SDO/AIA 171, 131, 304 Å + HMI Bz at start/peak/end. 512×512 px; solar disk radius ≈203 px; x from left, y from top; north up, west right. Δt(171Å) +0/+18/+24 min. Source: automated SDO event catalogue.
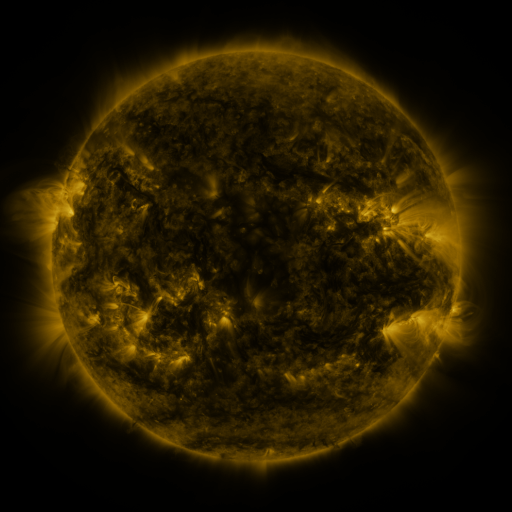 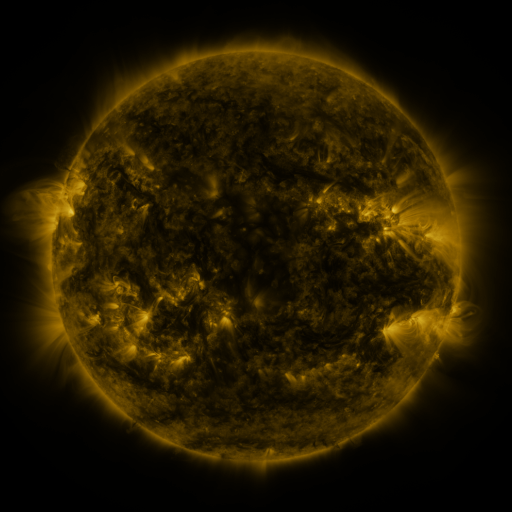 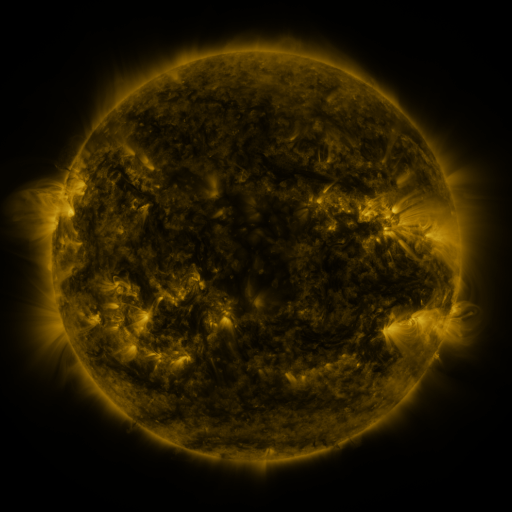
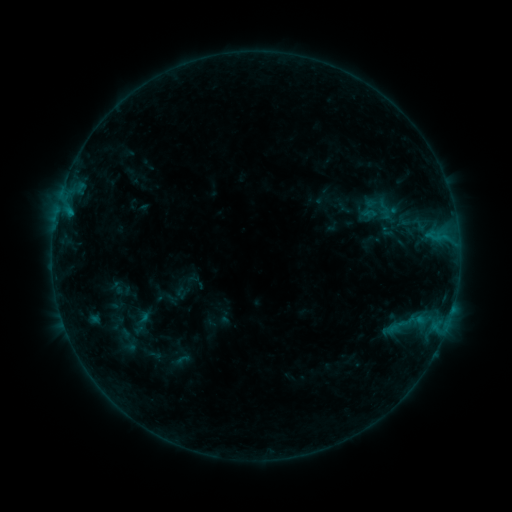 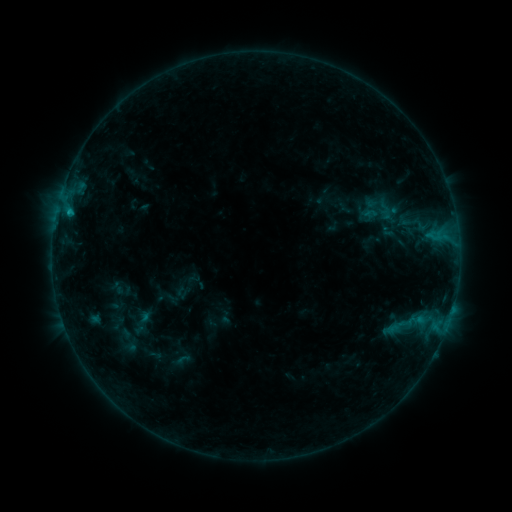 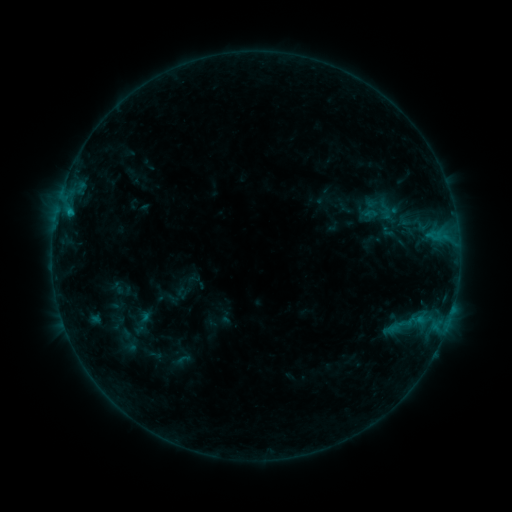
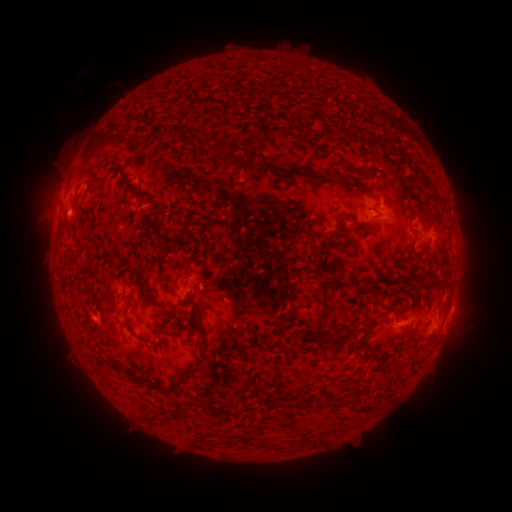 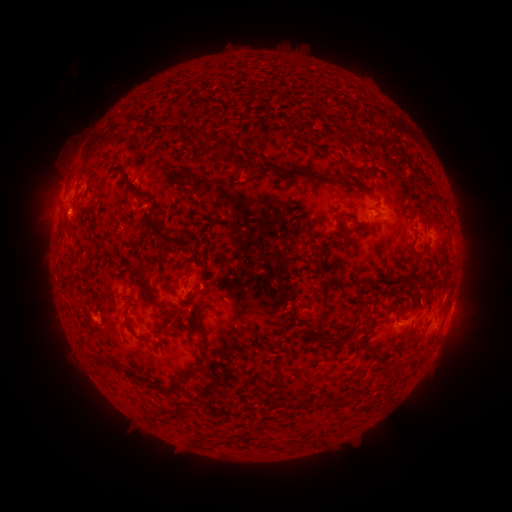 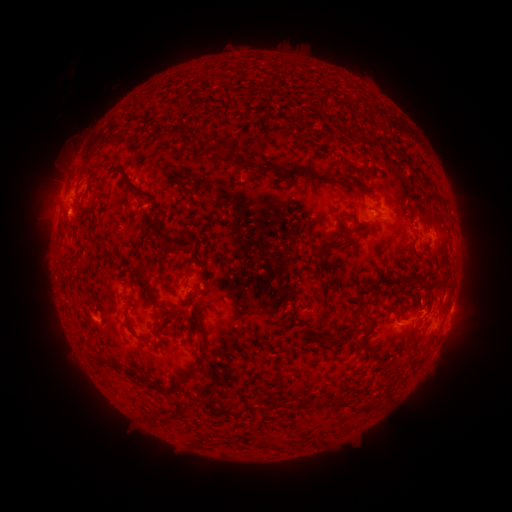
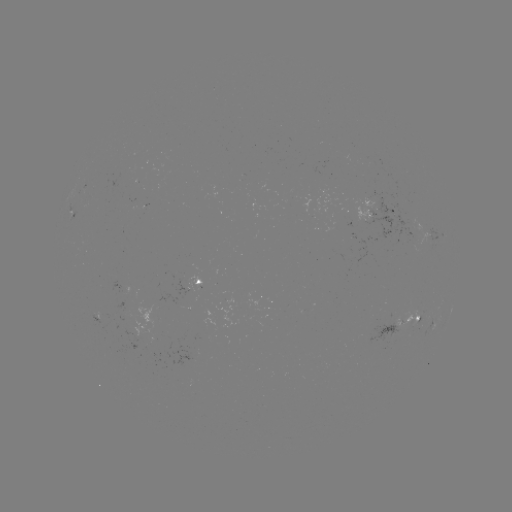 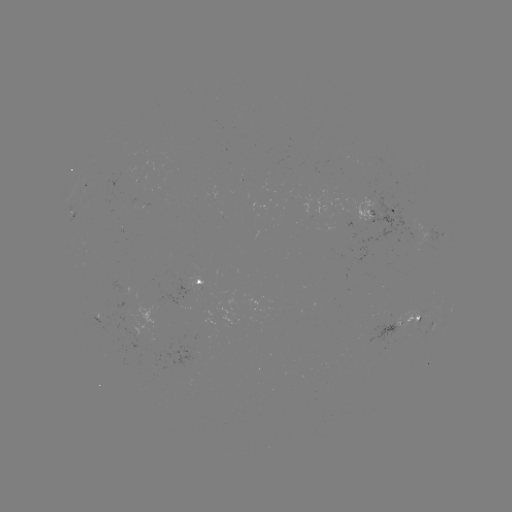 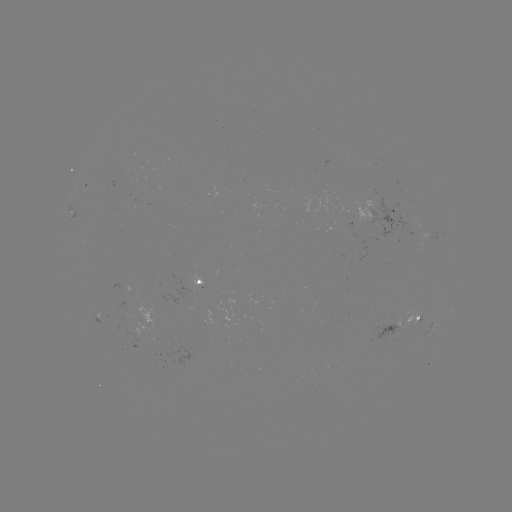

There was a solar flare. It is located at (68, 212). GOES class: B4.7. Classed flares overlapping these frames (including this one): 1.